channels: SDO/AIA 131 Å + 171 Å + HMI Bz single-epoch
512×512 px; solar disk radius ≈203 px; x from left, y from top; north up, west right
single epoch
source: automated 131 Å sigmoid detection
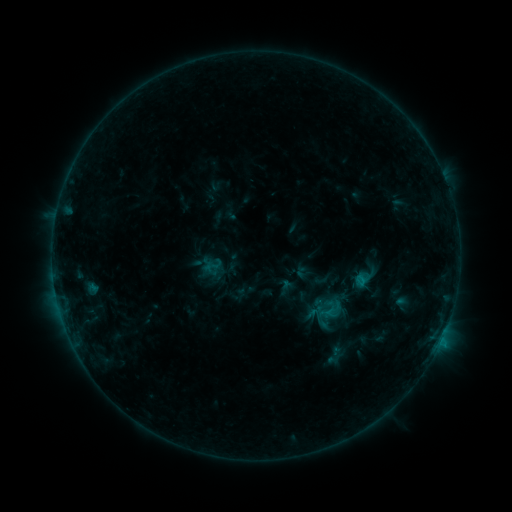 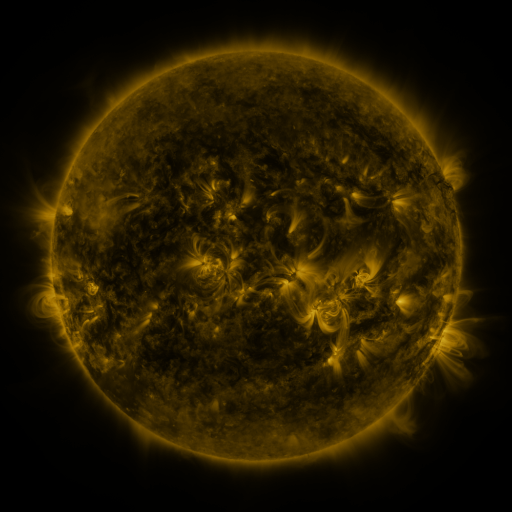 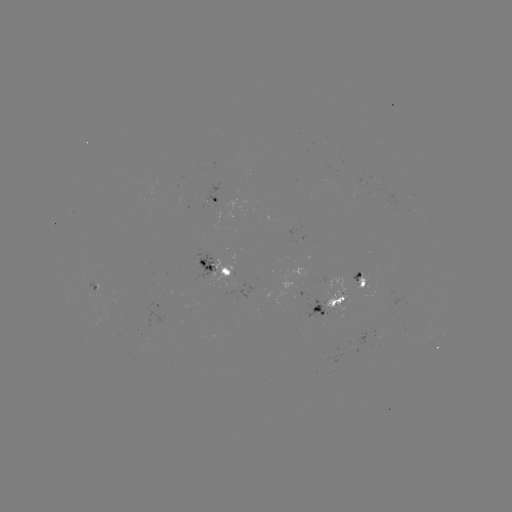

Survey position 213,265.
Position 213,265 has sigmoid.